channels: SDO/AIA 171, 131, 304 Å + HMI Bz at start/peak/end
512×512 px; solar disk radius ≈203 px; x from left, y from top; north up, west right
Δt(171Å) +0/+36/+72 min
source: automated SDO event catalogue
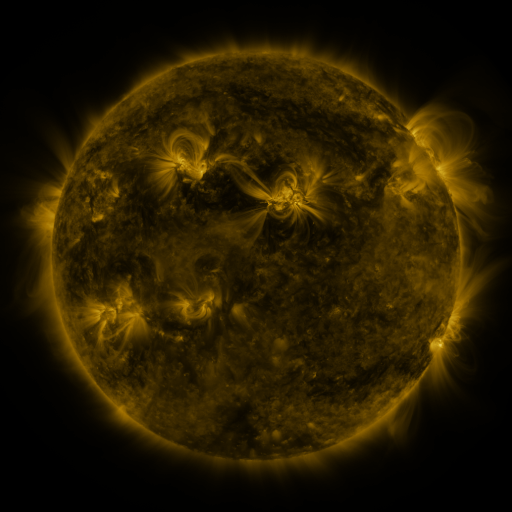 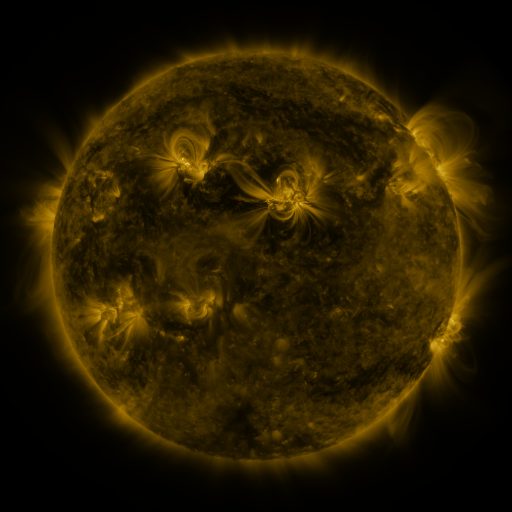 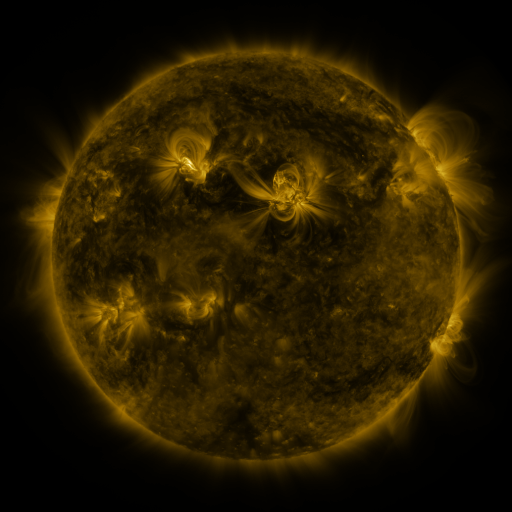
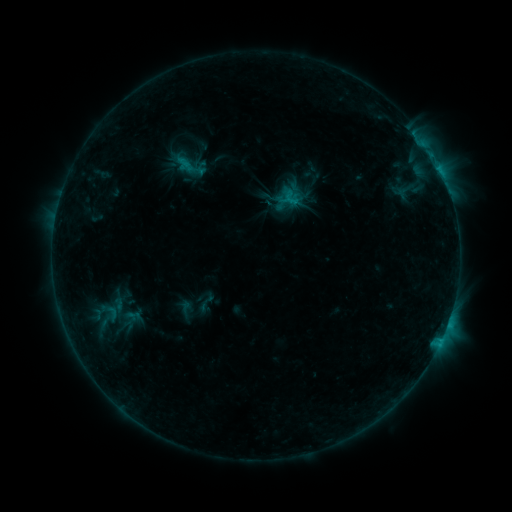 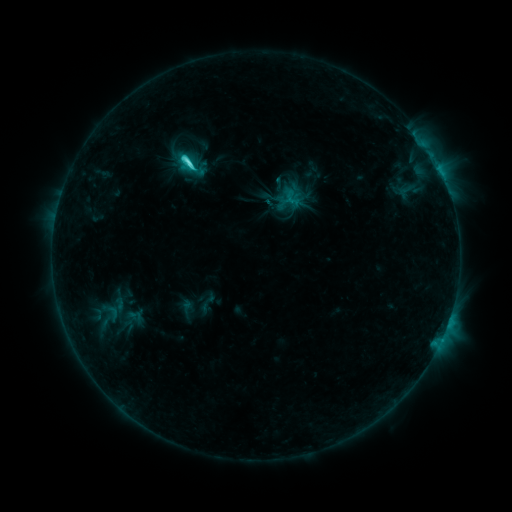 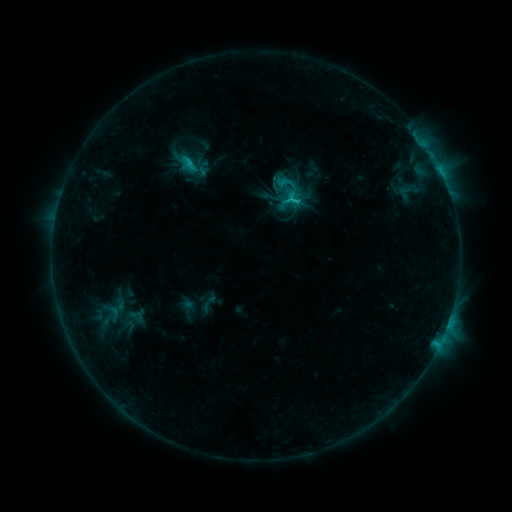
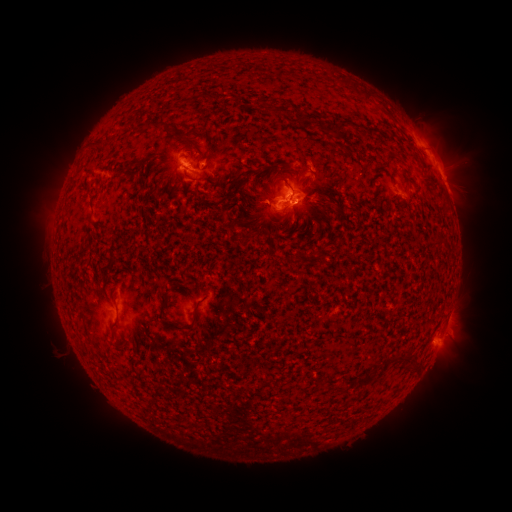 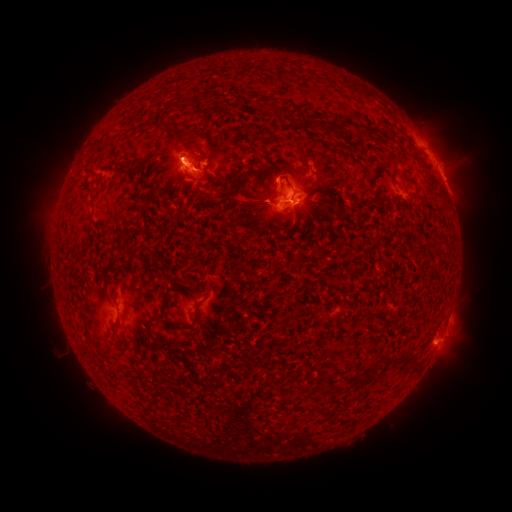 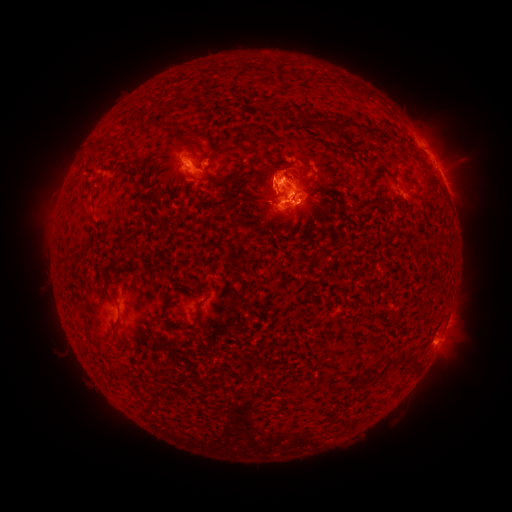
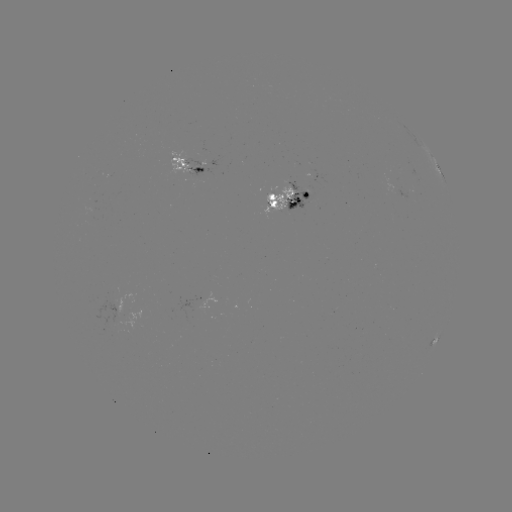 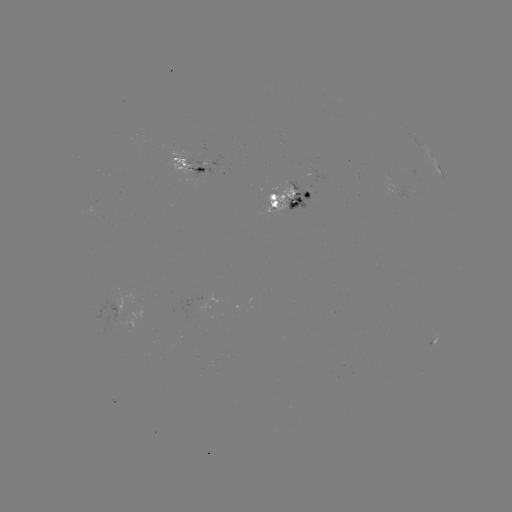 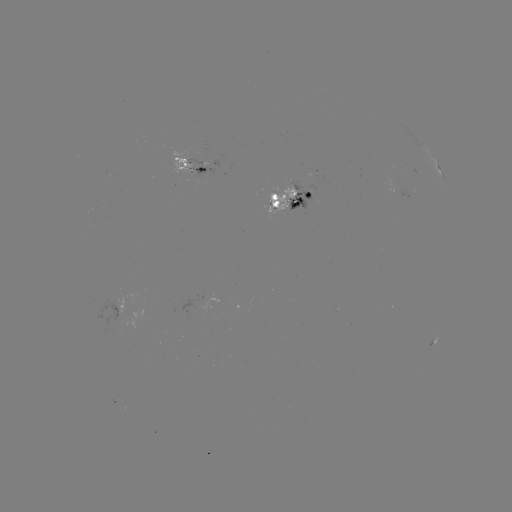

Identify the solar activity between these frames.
emerging-flux region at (290, 184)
